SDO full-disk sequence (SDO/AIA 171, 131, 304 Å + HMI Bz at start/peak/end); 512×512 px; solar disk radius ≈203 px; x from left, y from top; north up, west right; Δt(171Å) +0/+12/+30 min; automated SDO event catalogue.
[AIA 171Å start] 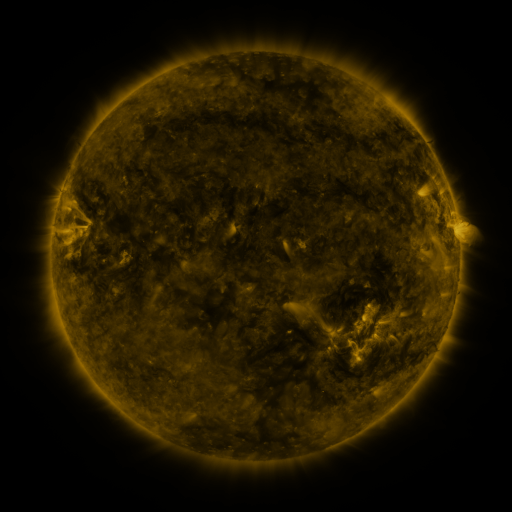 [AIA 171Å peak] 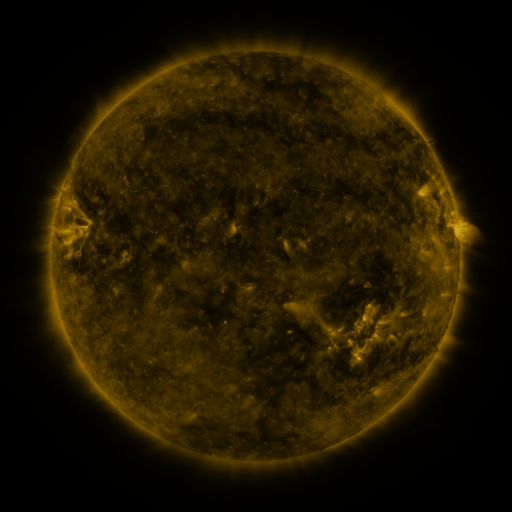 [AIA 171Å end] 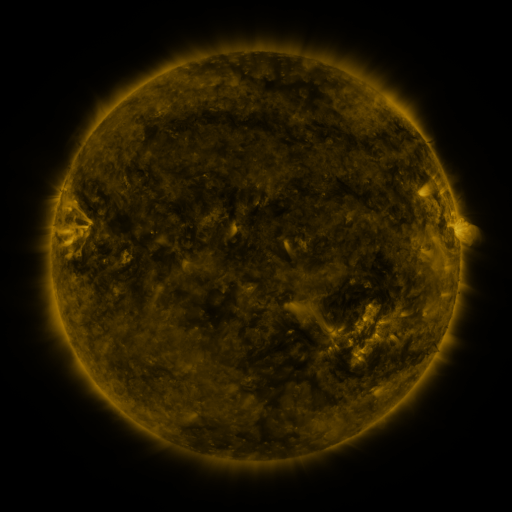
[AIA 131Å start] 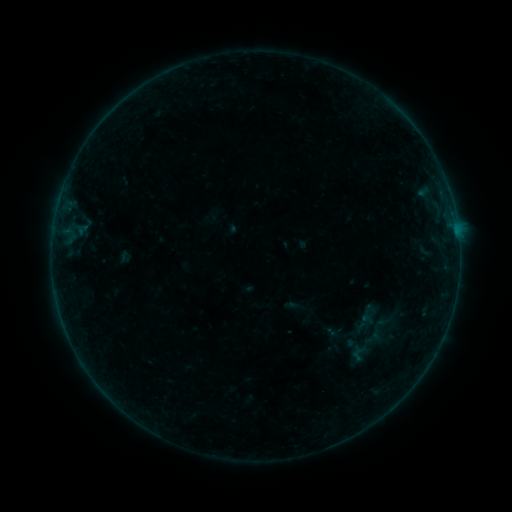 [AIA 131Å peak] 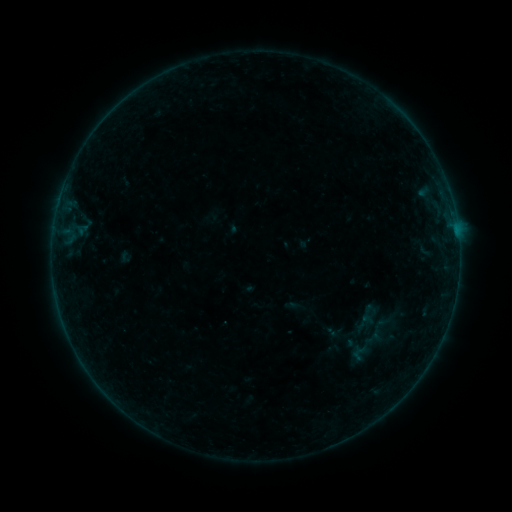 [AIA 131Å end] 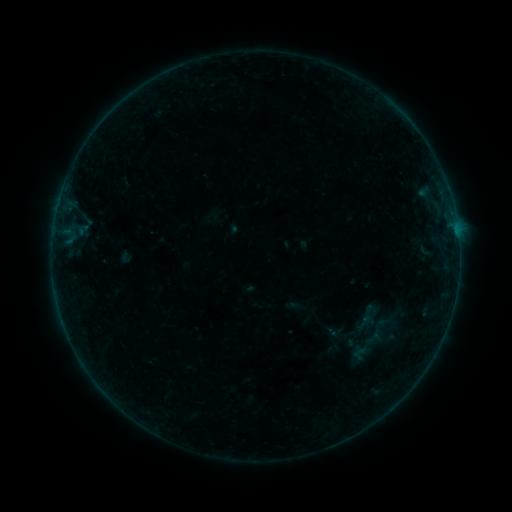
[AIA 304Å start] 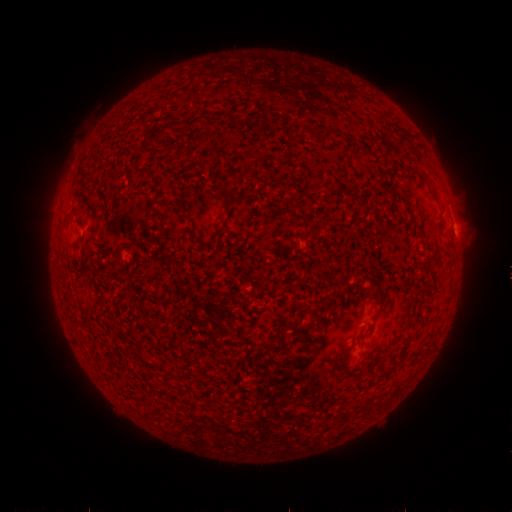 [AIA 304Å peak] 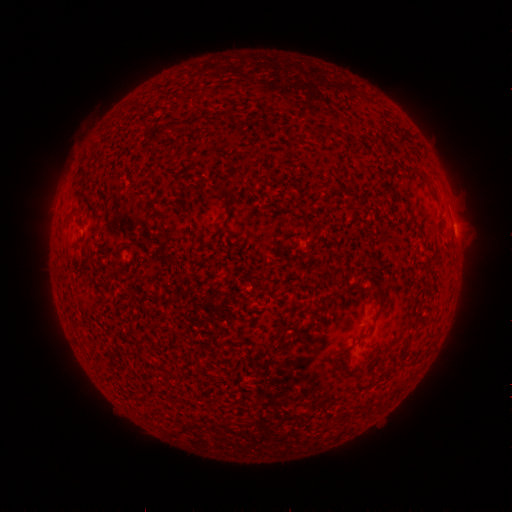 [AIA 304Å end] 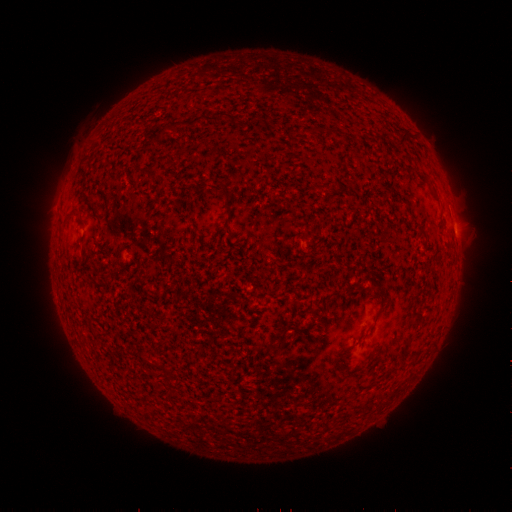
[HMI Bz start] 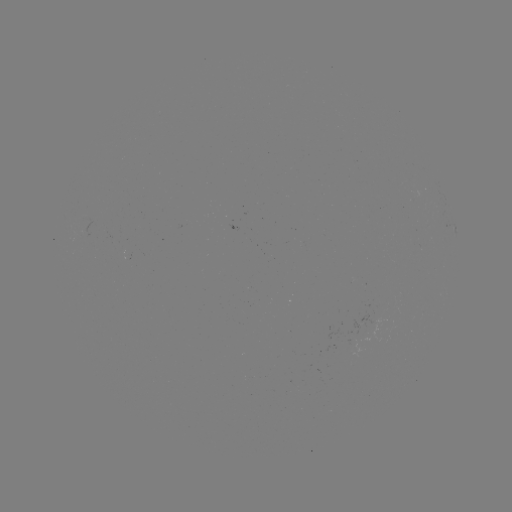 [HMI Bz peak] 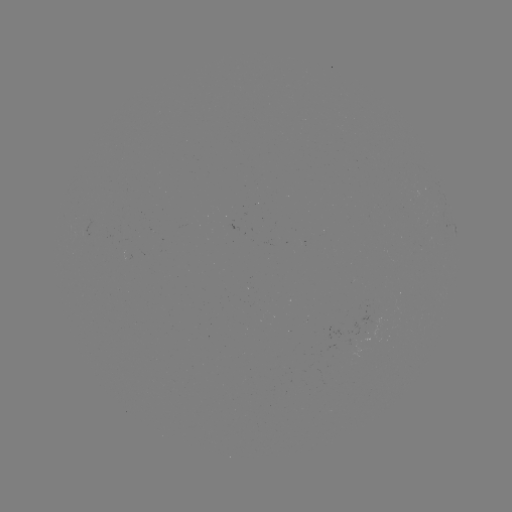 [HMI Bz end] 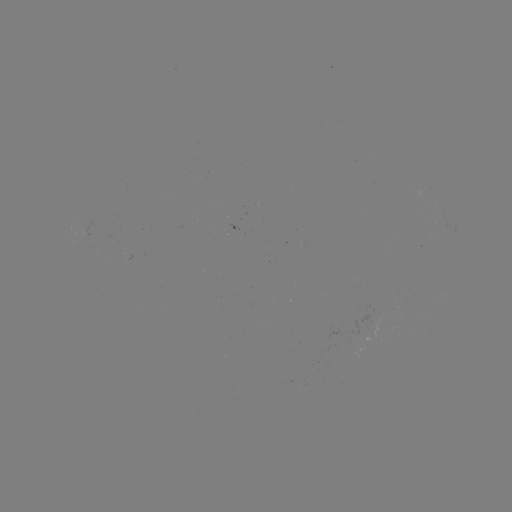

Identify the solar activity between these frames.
nothing was catalogued: no classed flare, no EUV trigger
